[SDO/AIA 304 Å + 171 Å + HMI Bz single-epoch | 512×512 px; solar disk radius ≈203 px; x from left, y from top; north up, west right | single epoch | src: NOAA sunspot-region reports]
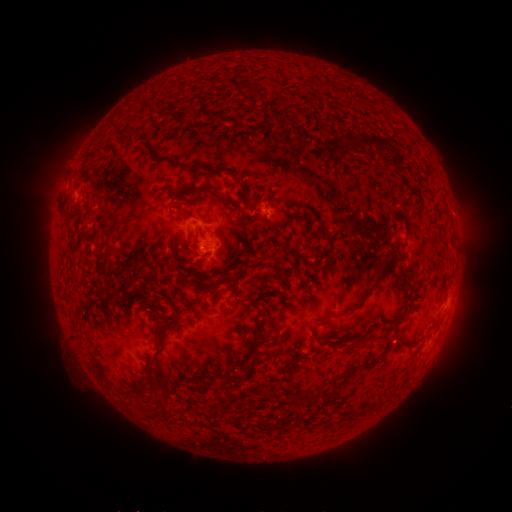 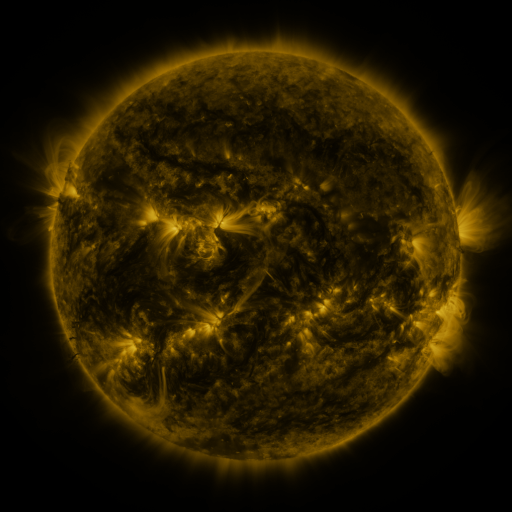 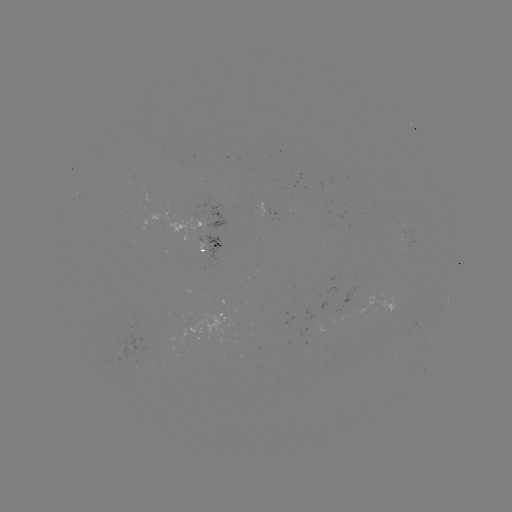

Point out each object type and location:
spotted active region: (269, 211)
spotted active region: (213, 247)
